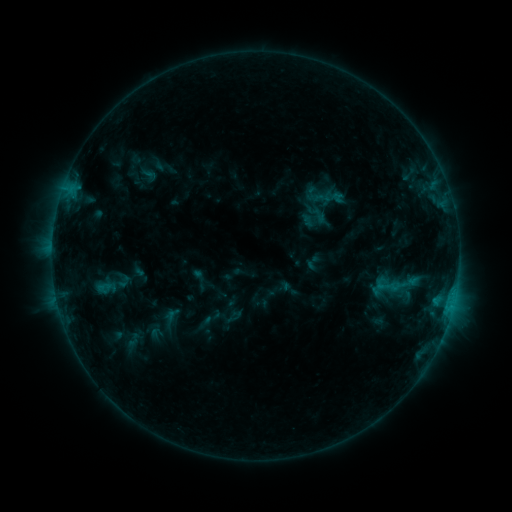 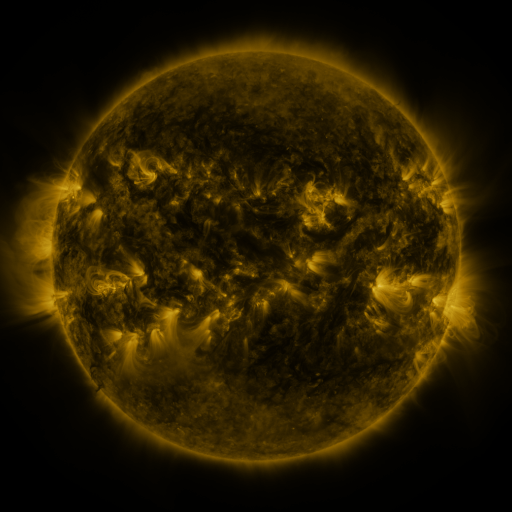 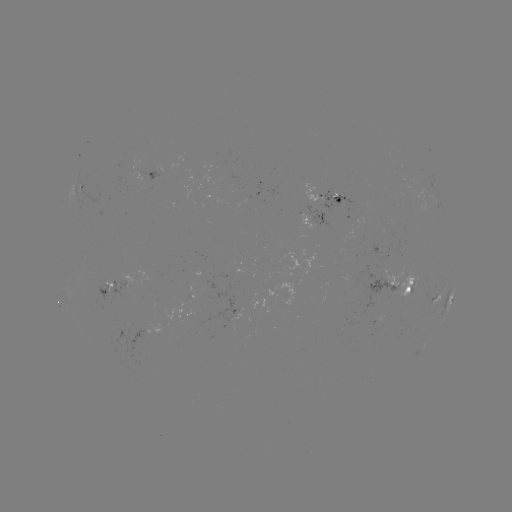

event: sigmoid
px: (331, 186)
